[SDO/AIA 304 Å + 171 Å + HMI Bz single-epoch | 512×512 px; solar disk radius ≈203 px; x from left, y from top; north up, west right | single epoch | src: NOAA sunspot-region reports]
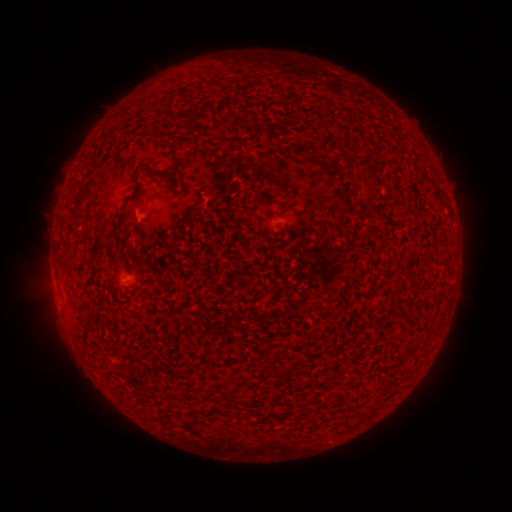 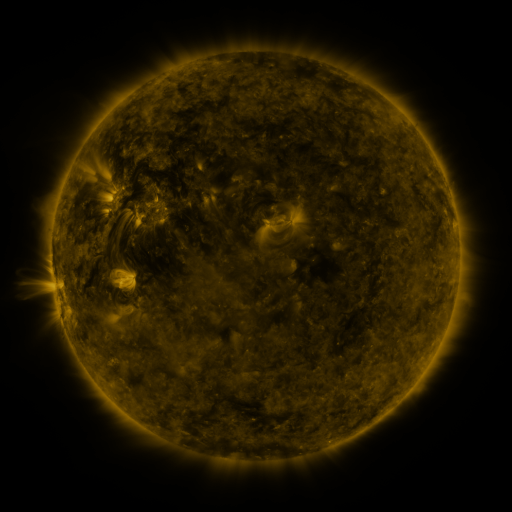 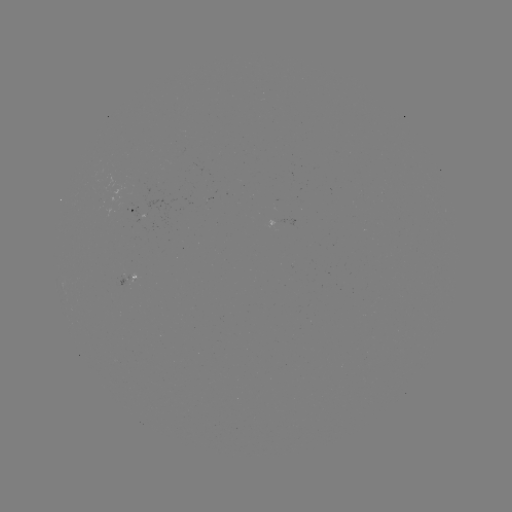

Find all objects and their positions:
spotted active region: (138, 207)
spotted active region: (131, 278)
